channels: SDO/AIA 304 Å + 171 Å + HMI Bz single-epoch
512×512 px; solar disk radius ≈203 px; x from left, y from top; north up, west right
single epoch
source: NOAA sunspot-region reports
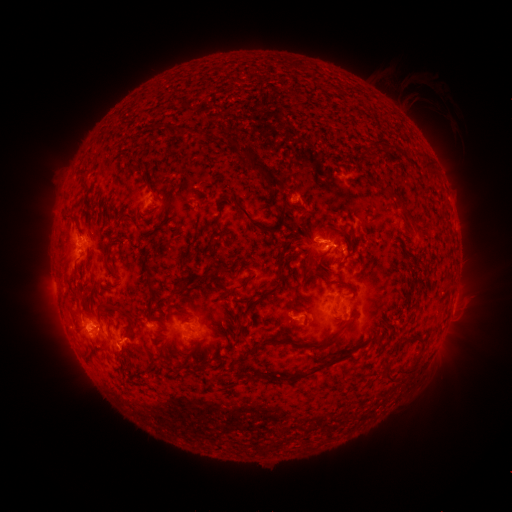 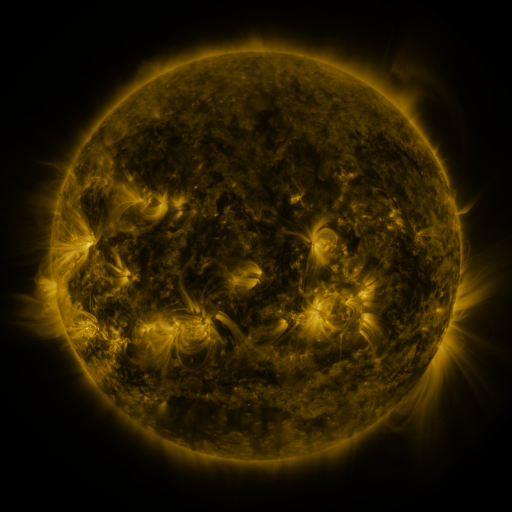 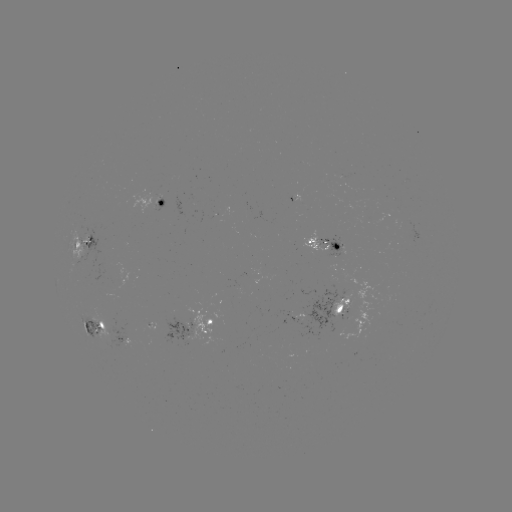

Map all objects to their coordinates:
spotted active region: (293, 200)
spotted active region: (163, 203)
spotted active region: (87, 244)
spotted active region: (328, 246)
spotted active region: (340, 305)
spotted active region: (300, 316)
spotted active region: (91, 327)
spotted active region: (199, 329)
